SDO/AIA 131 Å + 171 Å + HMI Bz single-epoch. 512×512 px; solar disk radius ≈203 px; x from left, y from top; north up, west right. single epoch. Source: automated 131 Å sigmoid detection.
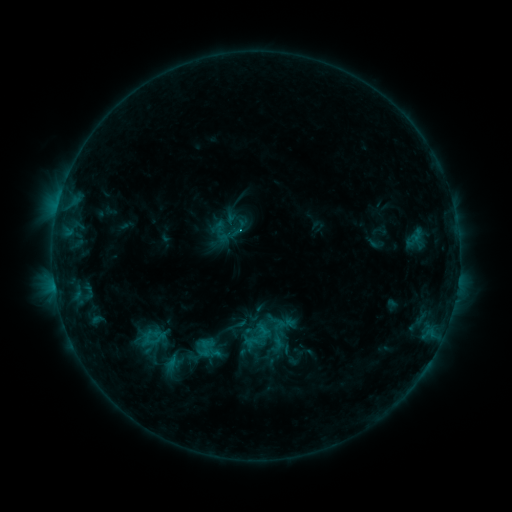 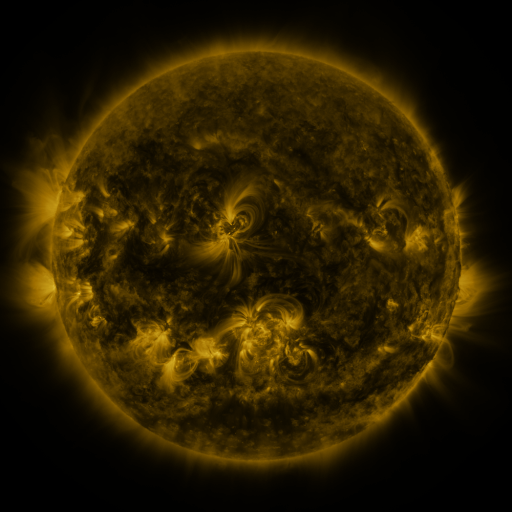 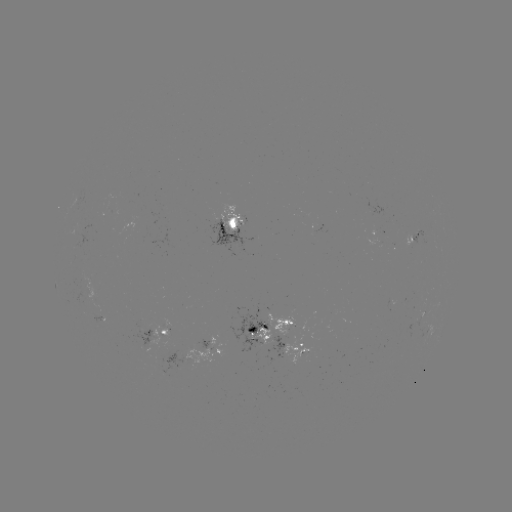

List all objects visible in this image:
sigmoid: (219, 227)
sigmoid: (277, 344)
